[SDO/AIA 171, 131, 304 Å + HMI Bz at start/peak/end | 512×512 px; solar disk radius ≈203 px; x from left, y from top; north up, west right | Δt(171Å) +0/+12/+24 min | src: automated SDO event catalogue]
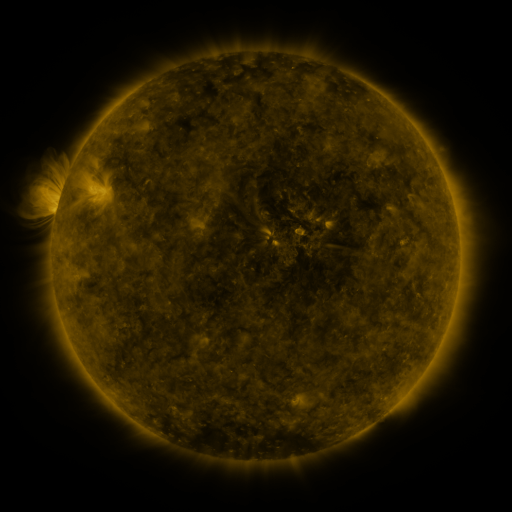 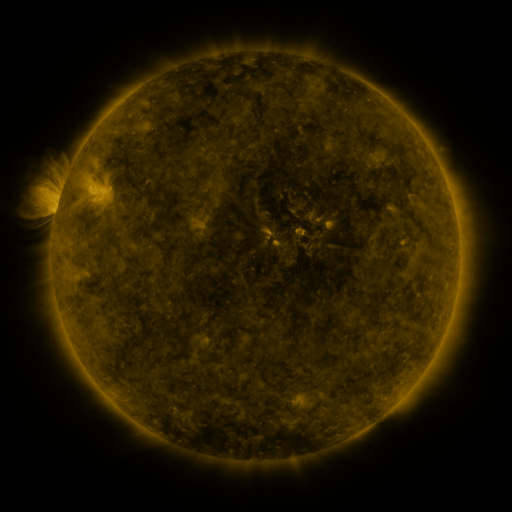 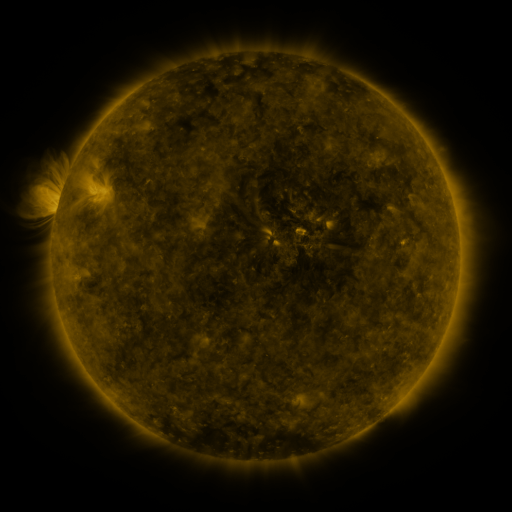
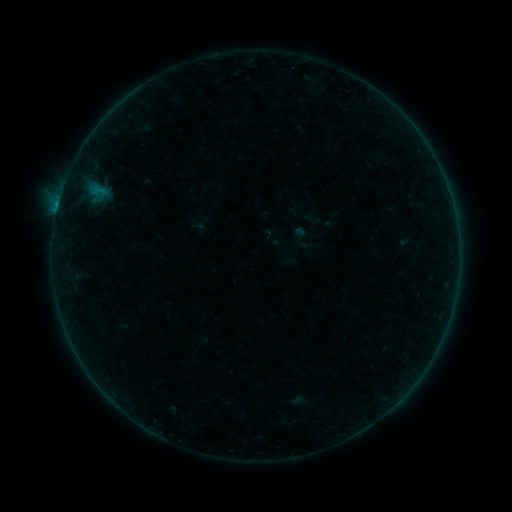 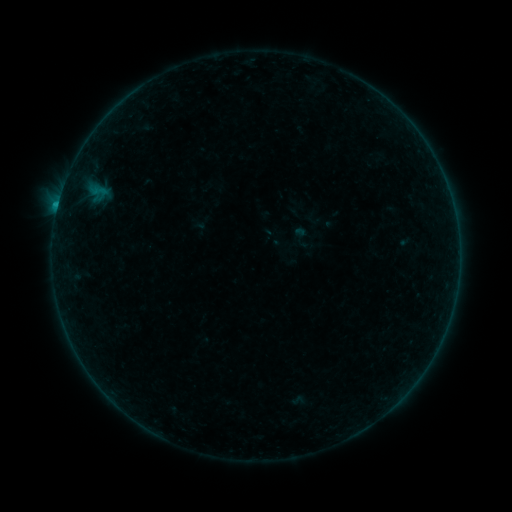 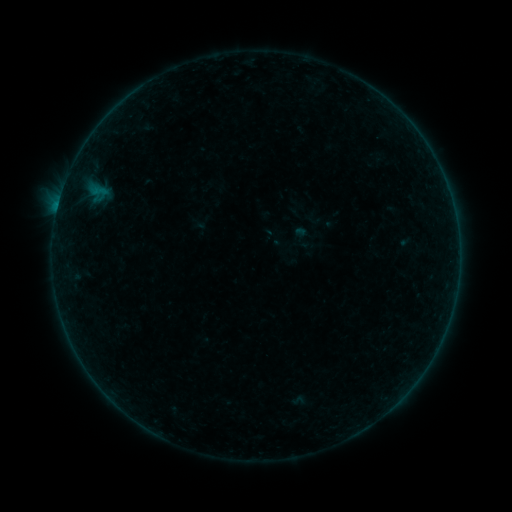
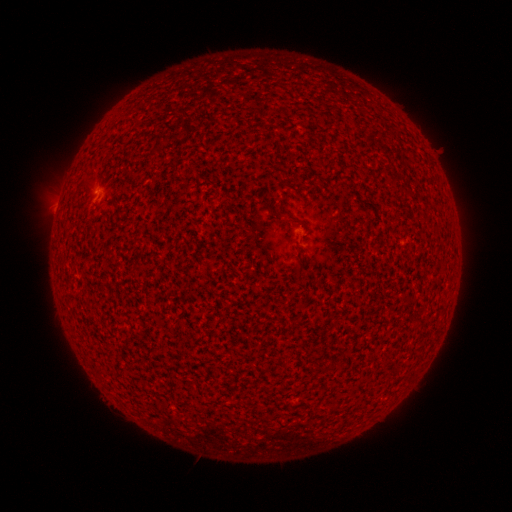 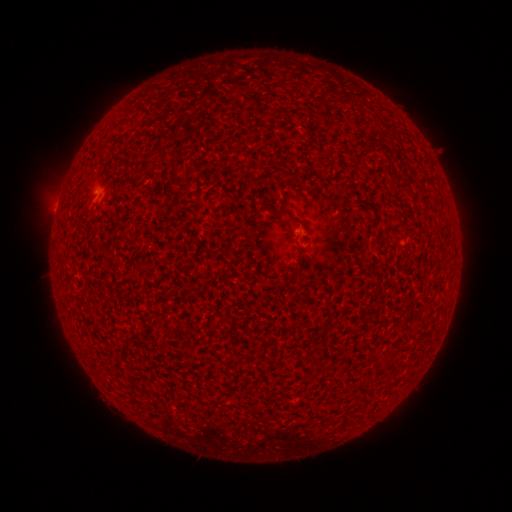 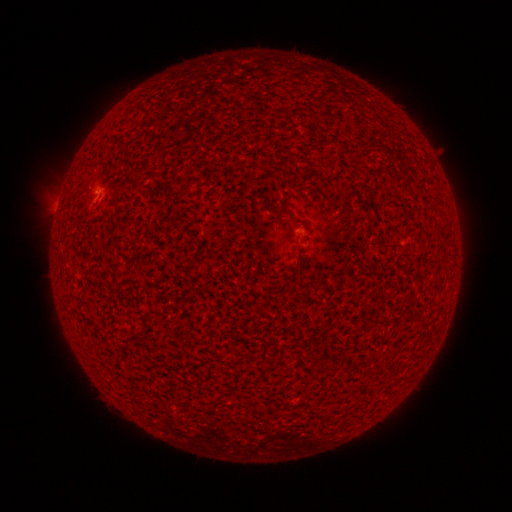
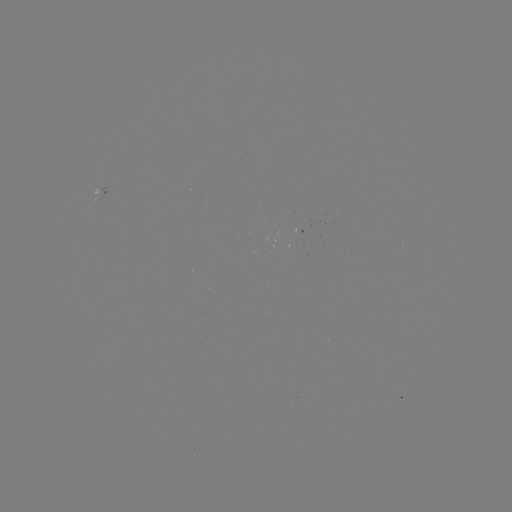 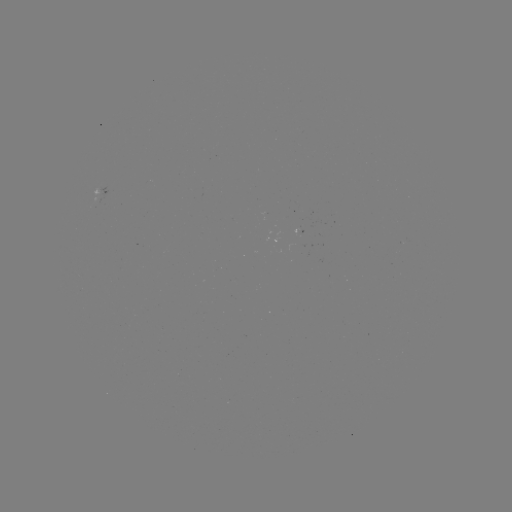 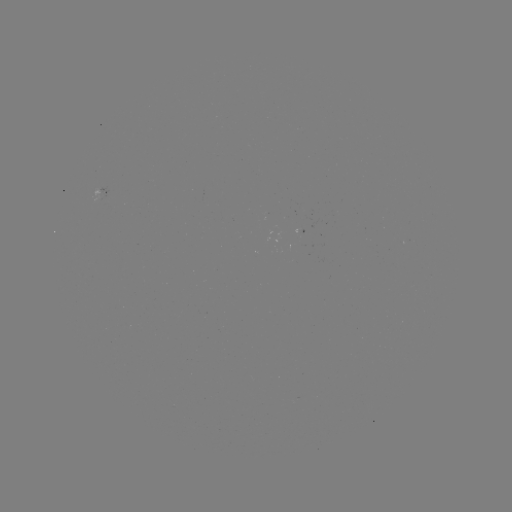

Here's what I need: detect B2.4 flare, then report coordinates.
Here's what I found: B2.4 flare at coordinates [58, 206].